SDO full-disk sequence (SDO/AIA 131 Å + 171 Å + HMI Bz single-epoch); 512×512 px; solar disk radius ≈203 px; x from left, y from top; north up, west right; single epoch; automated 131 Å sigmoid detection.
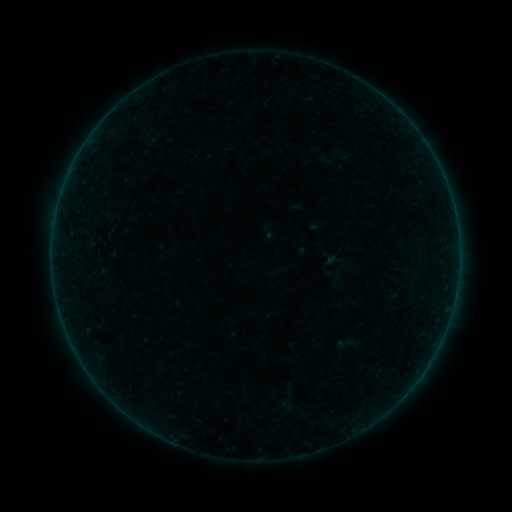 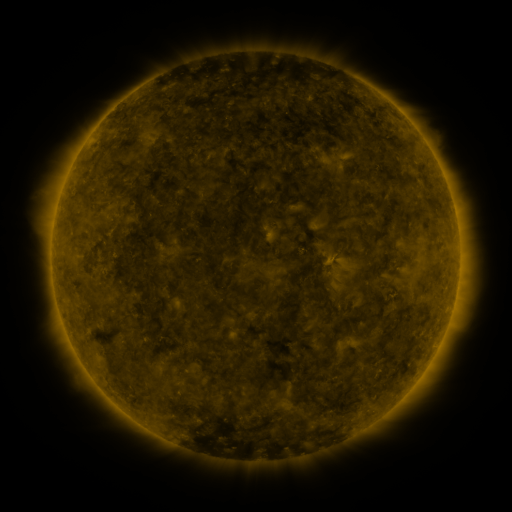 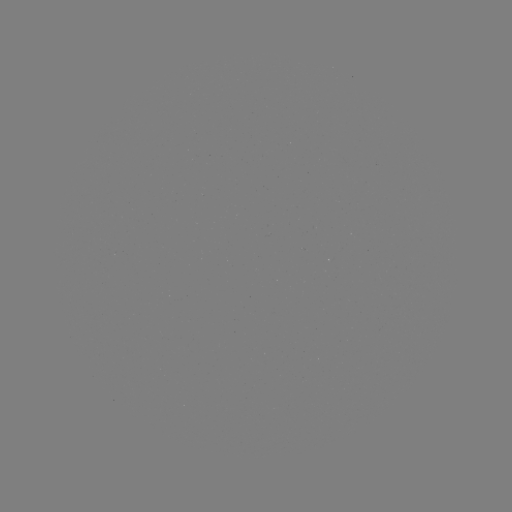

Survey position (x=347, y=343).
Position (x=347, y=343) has sigmoid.